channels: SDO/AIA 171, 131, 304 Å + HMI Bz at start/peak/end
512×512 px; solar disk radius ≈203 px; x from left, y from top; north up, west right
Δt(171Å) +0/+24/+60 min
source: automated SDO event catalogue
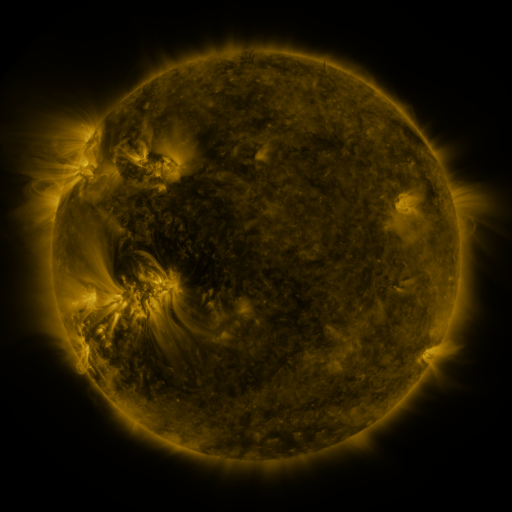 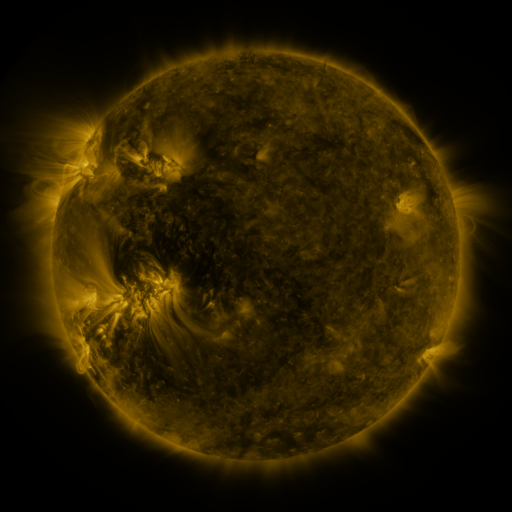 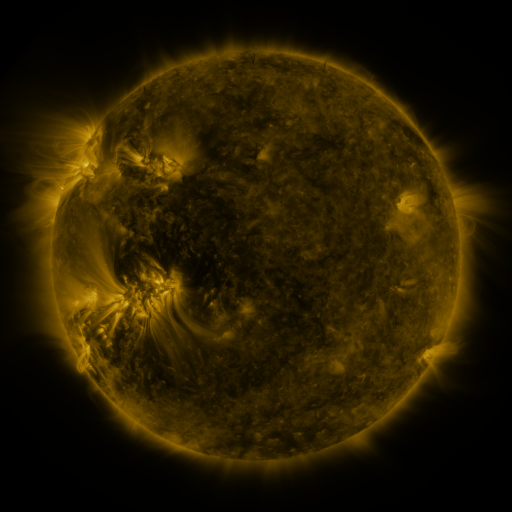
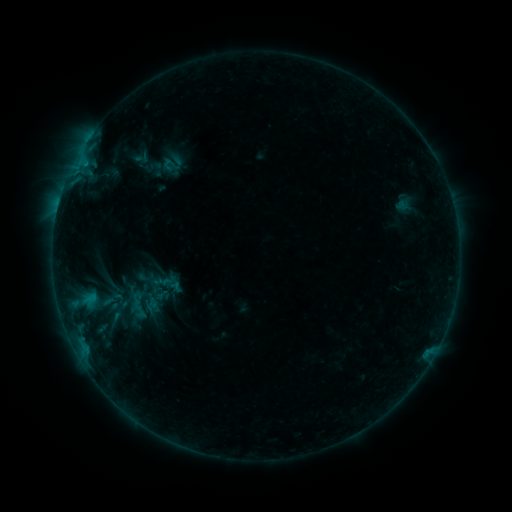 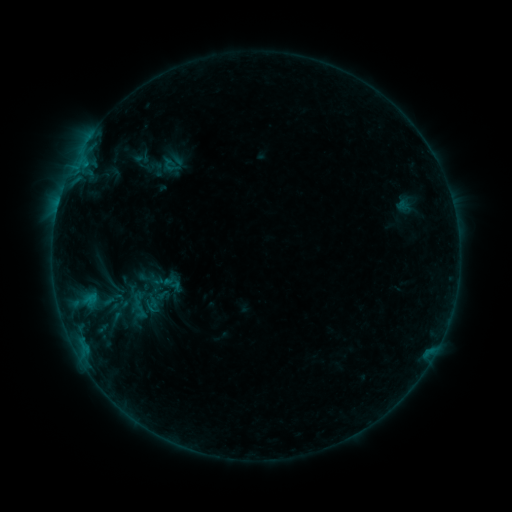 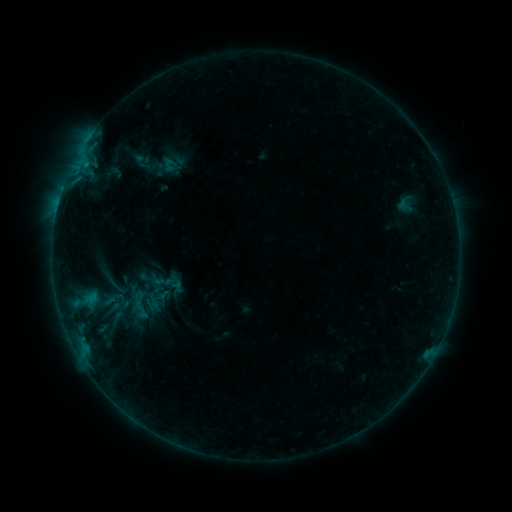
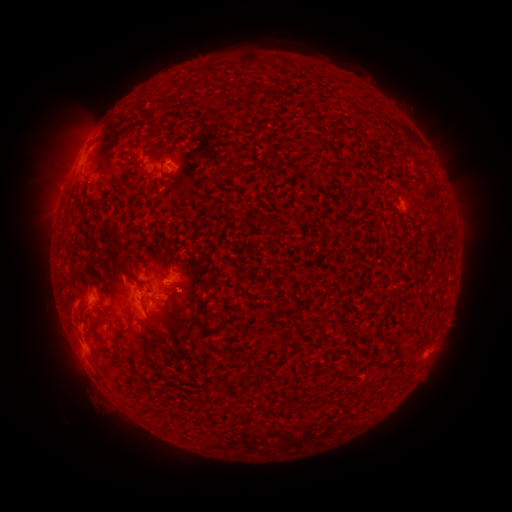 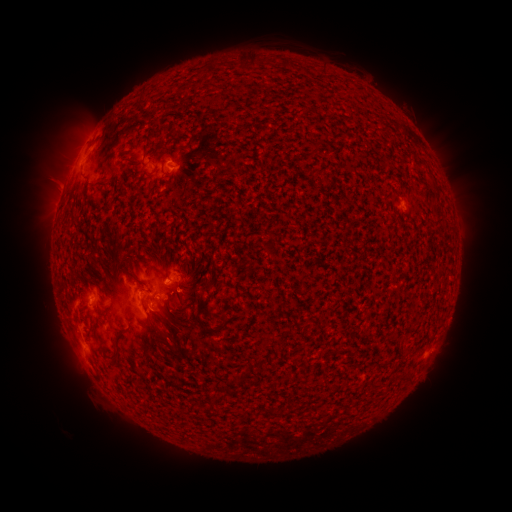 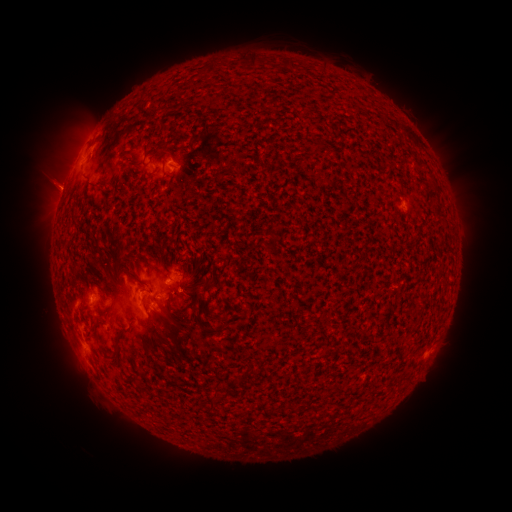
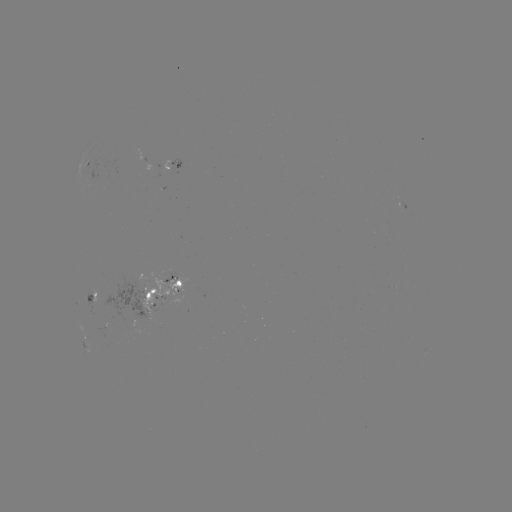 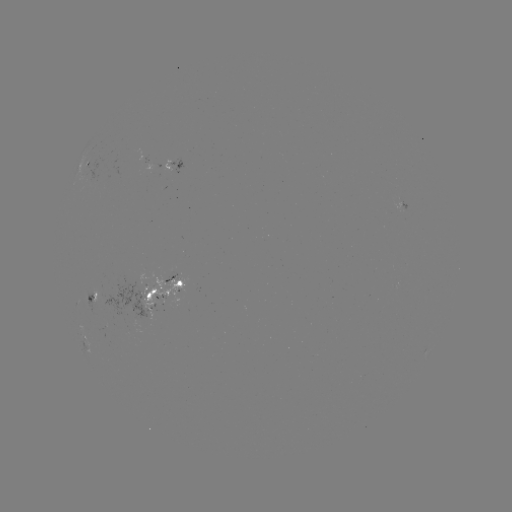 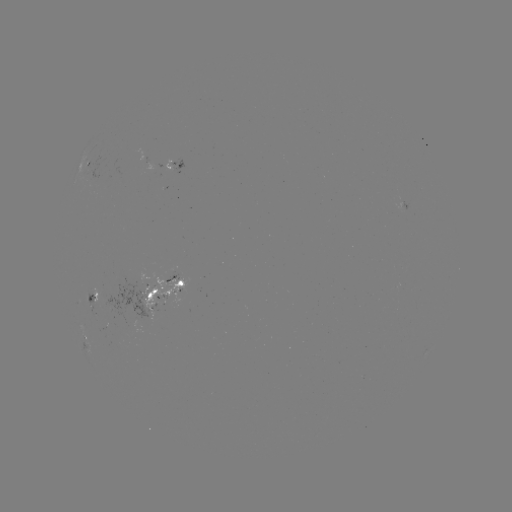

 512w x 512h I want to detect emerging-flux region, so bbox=[96, 283, 151, 317].